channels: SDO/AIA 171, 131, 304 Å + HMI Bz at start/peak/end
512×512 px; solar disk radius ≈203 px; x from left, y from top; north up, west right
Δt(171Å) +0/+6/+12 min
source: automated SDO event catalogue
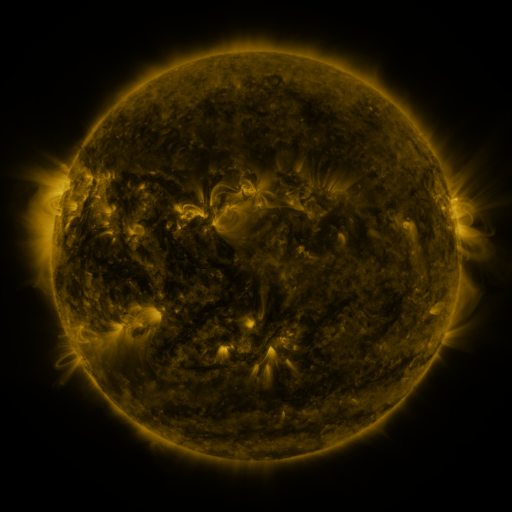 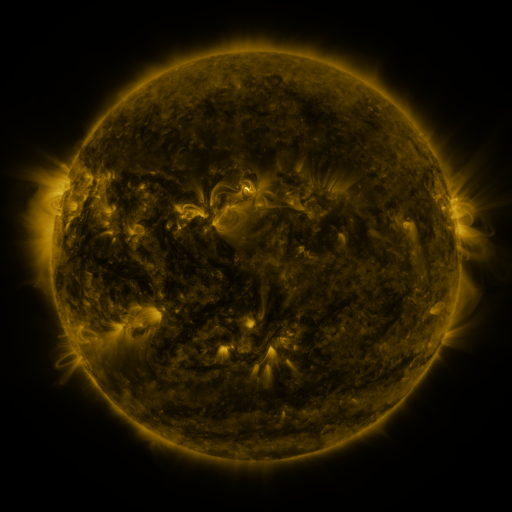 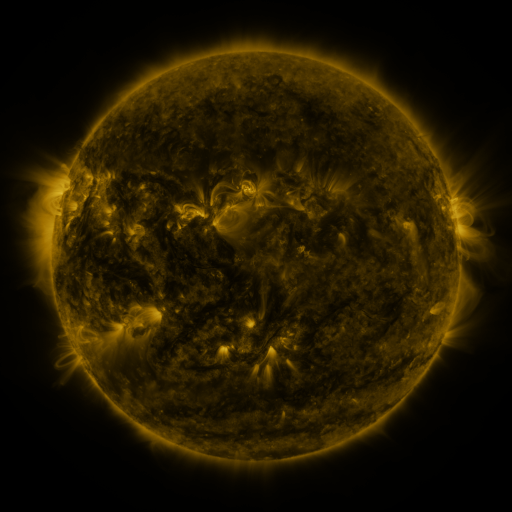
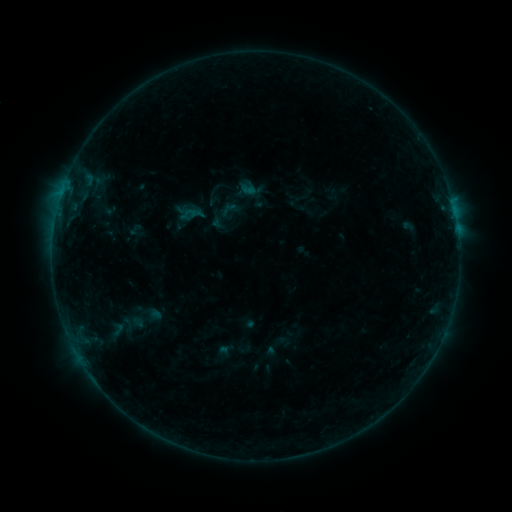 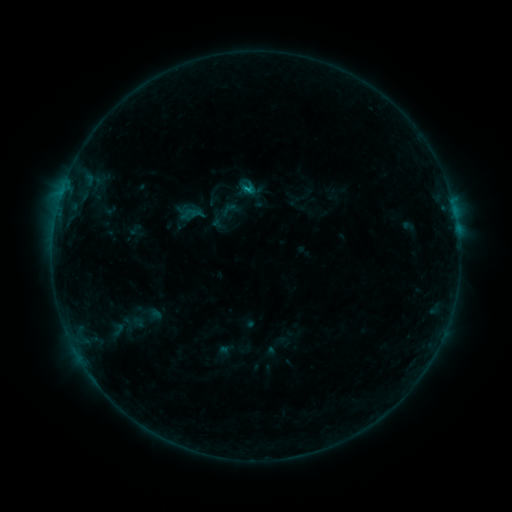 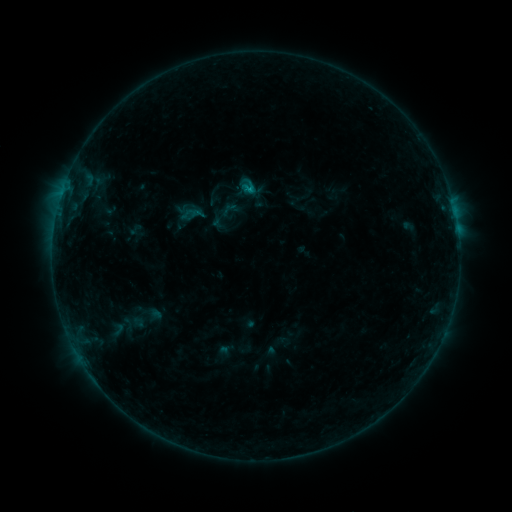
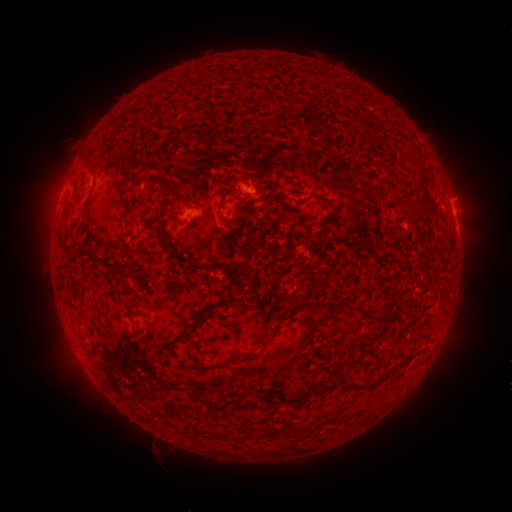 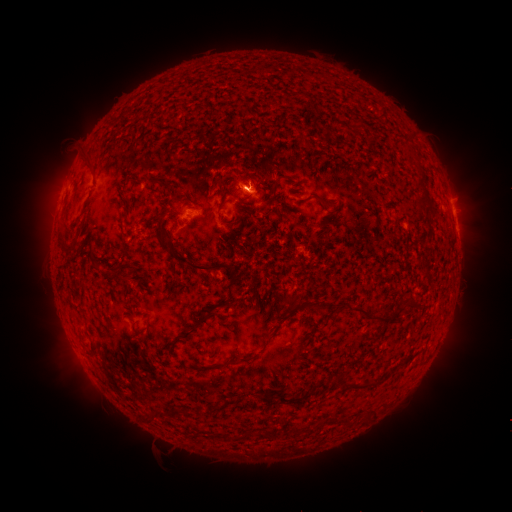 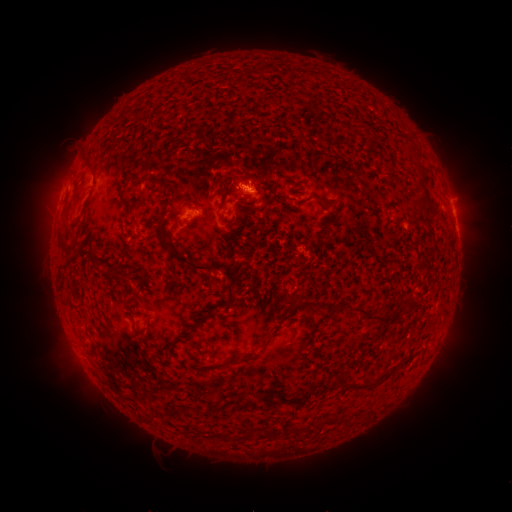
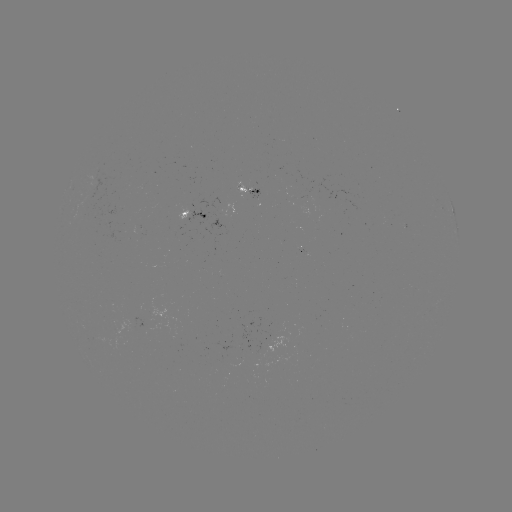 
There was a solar flare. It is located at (249, 191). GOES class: B6.3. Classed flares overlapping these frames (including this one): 1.